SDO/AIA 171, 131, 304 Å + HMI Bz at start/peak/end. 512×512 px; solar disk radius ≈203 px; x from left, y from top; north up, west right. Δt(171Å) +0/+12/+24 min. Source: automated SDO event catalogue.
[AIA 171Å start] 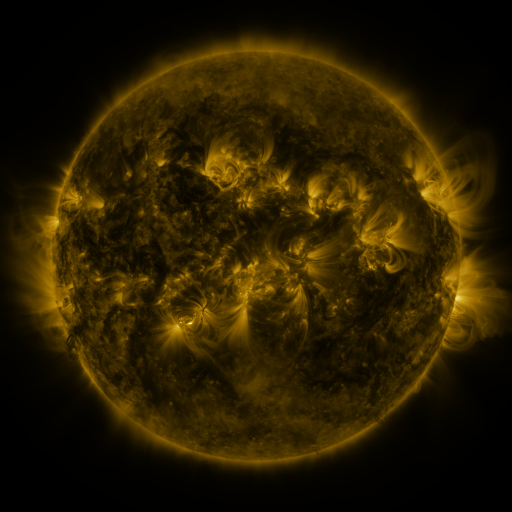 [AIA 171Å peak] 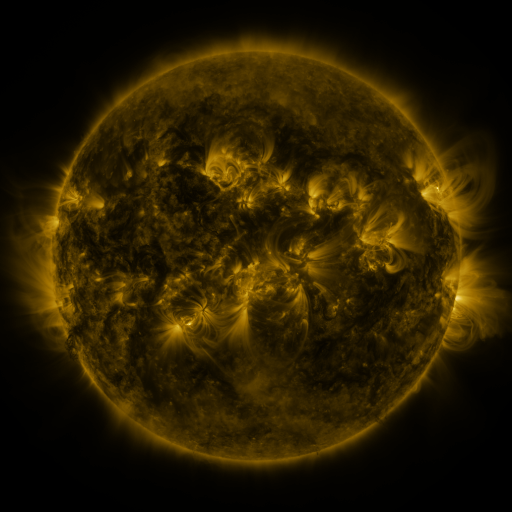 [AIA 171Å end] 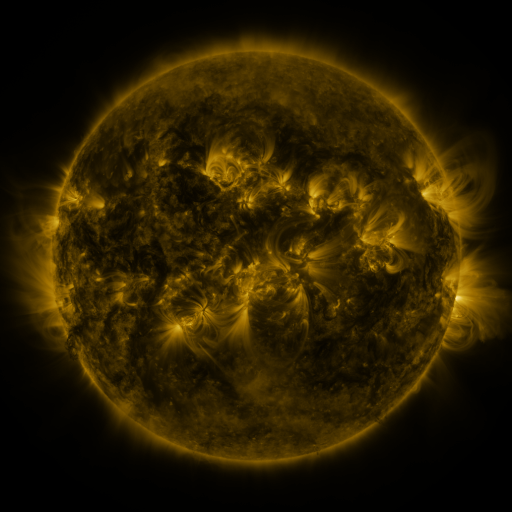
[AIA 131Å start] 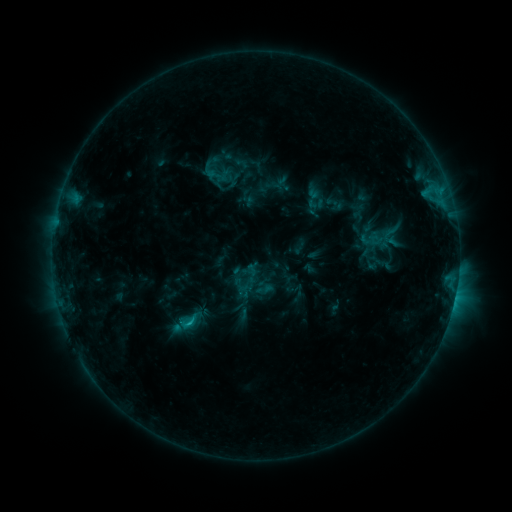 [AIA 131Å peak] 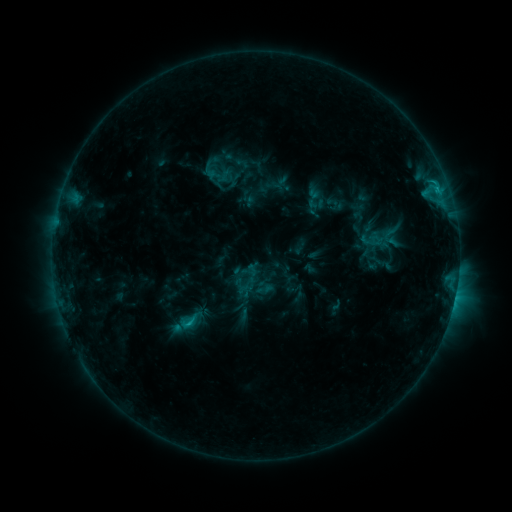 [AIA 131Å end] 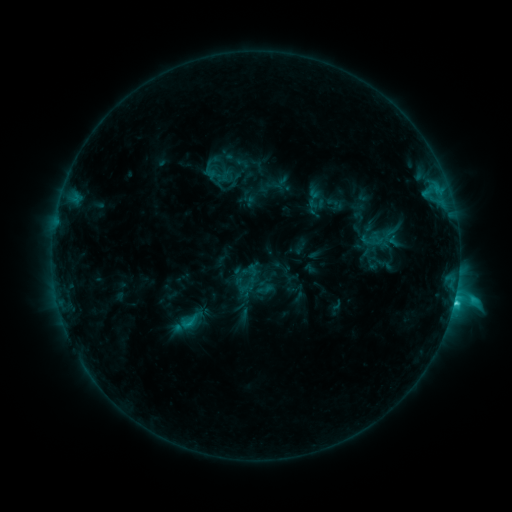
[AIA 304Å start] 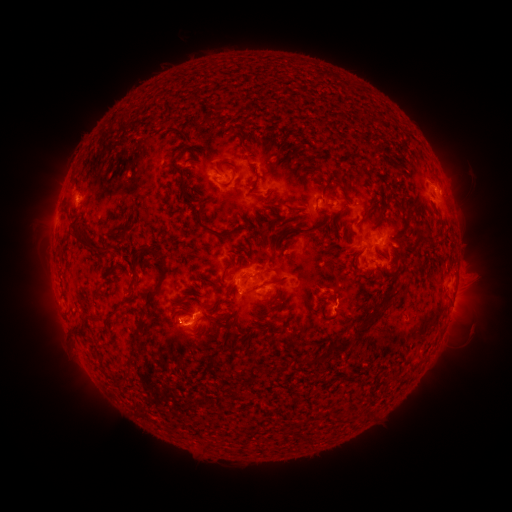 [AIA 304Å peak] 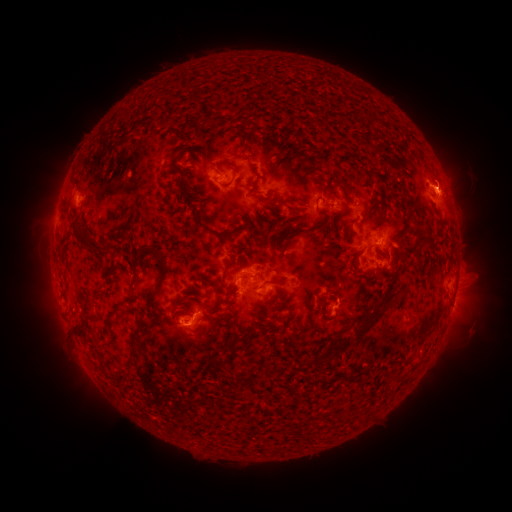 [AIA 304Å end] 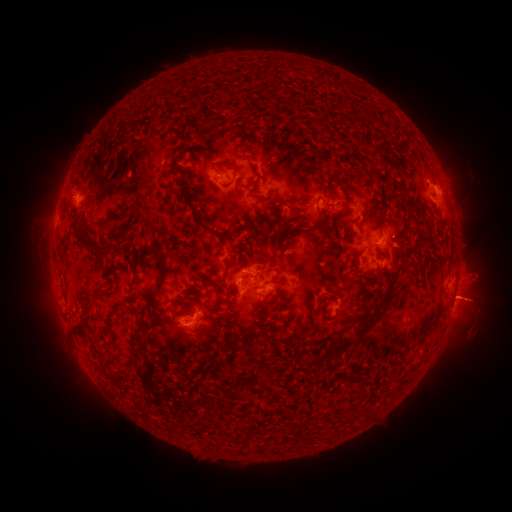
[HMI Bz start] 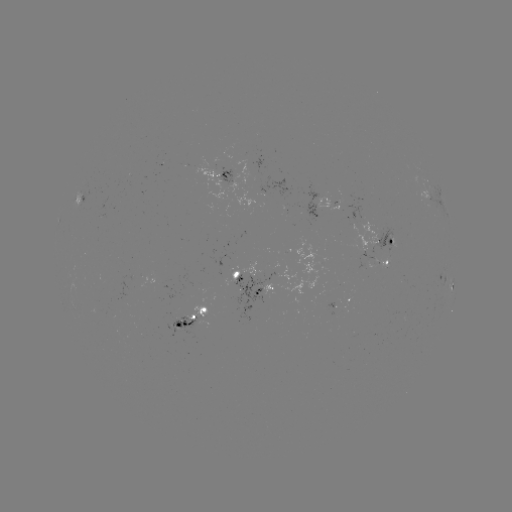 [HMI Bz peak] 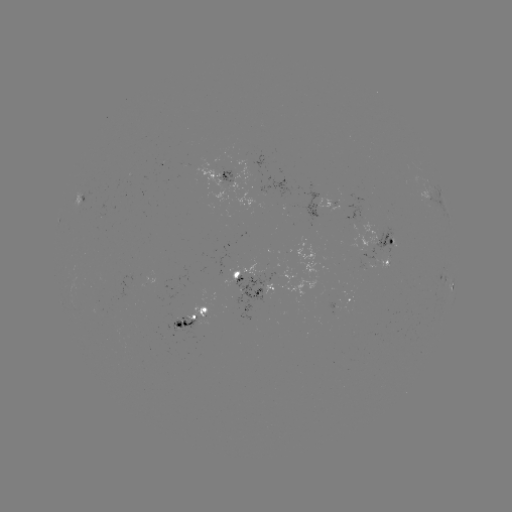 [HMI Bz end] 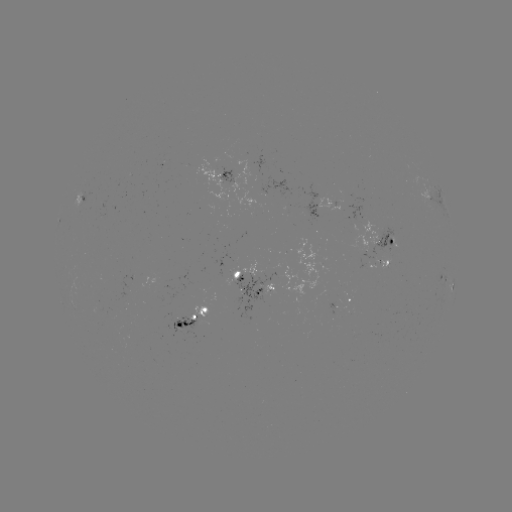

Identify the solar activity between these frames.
eruption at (463, 274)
